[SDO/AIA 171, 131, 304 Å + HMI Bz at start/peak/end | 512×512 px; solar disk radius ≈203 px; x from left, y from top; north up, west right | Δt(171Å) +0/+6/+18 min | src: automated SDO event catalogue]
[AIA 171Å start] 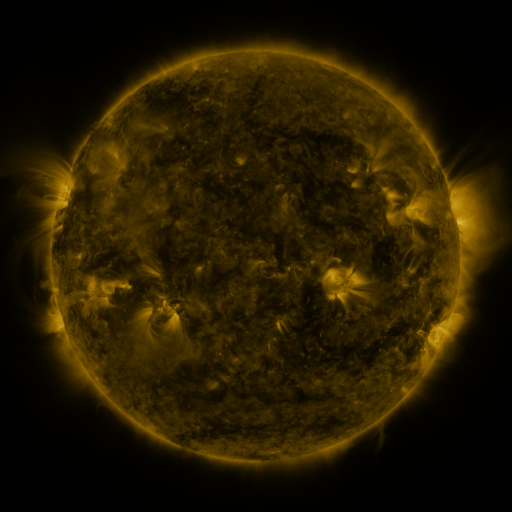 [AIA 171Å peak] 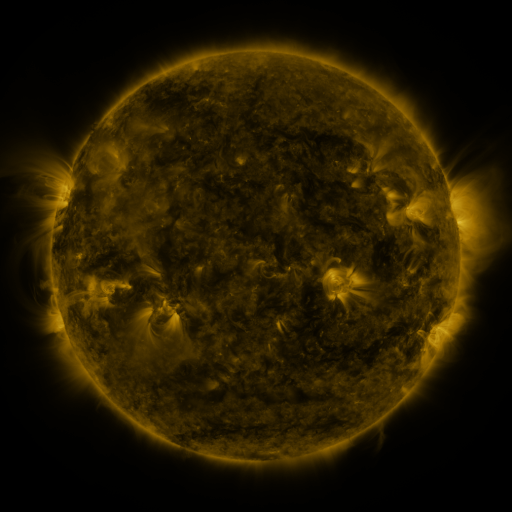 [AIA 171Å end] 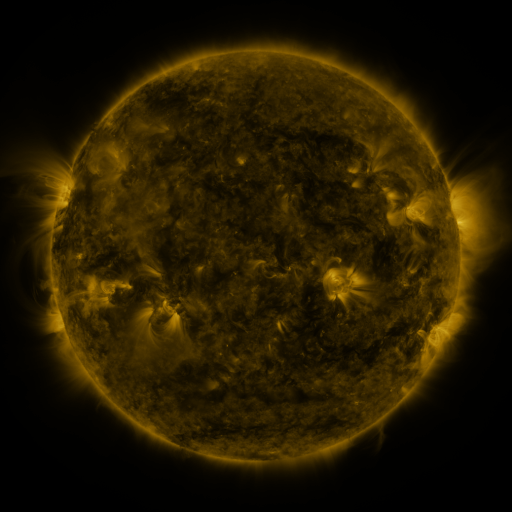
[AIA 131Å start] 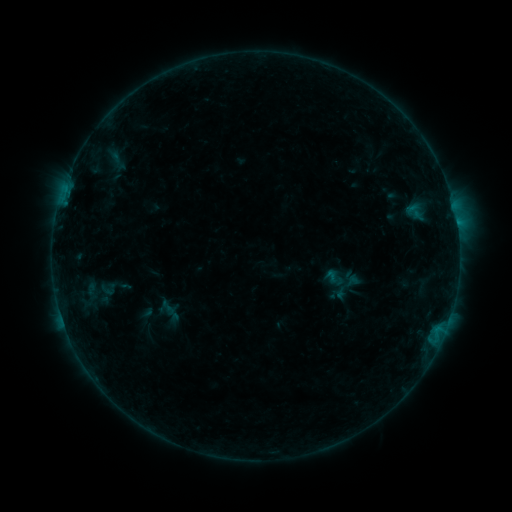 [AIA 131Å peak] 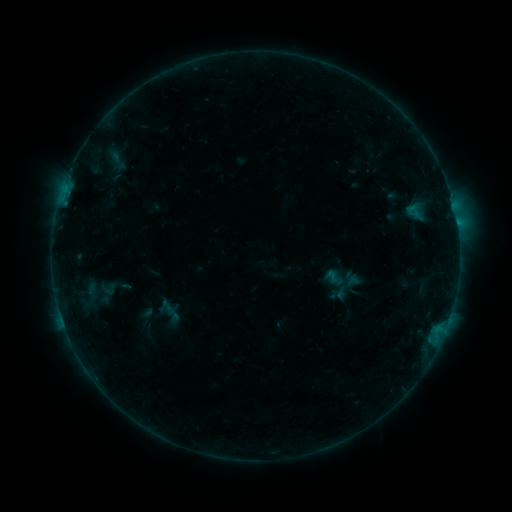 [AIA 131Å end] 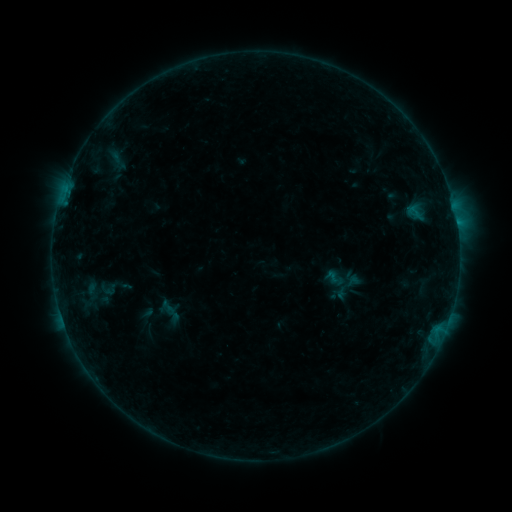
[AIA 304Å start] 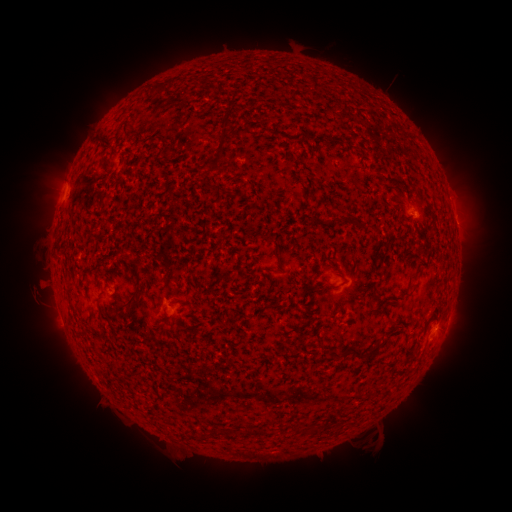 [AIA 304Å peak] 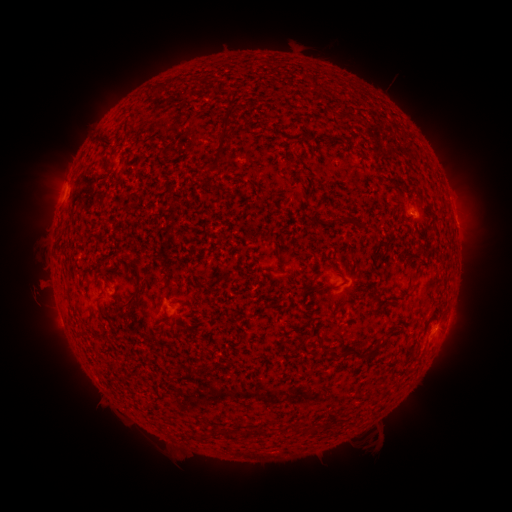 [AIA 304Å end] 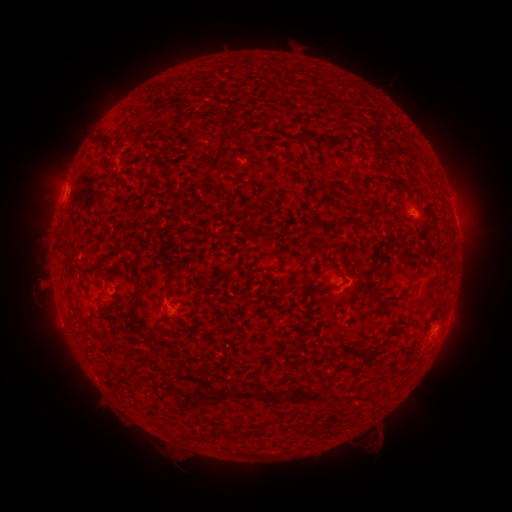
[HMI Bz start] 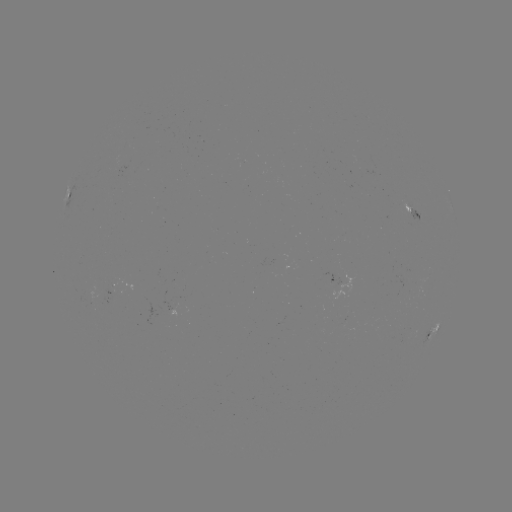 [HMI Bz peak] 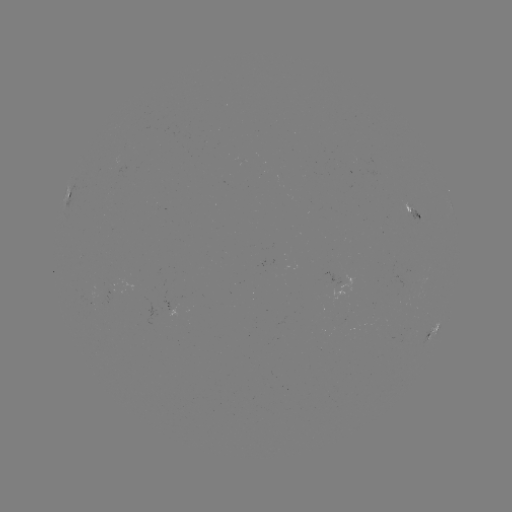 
nothing was catalogued: no classed flare, no EUV trigger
